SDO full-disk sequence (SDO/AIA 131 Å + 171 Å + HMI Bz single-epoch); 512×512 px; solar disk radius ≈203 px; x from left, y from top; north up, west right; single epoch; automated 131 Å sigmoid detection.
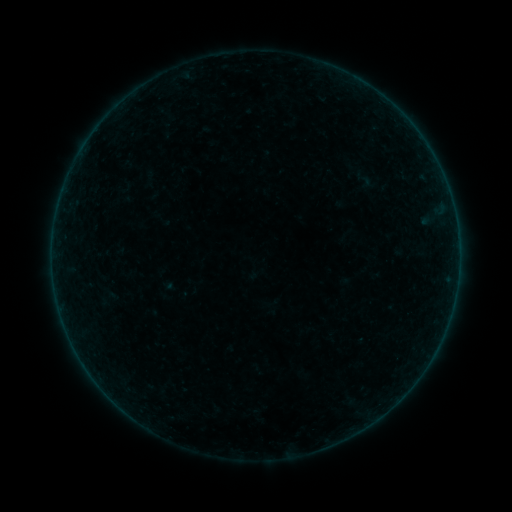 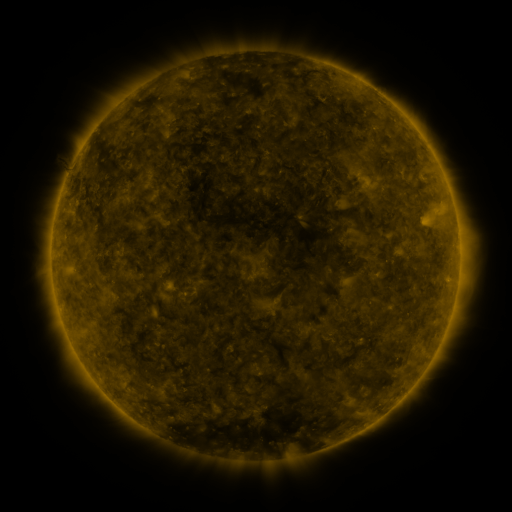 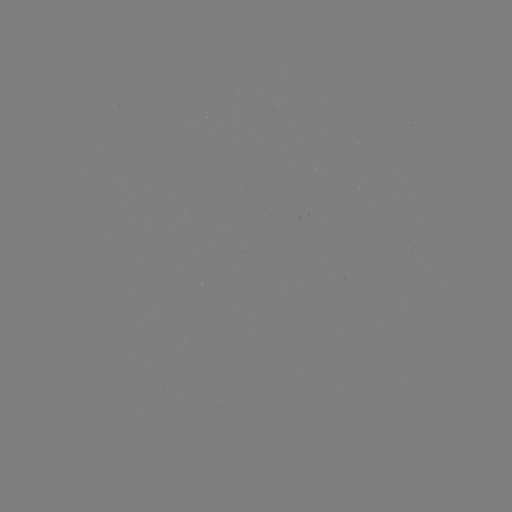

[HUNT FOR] sigmoid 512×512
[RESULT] [364, 180]